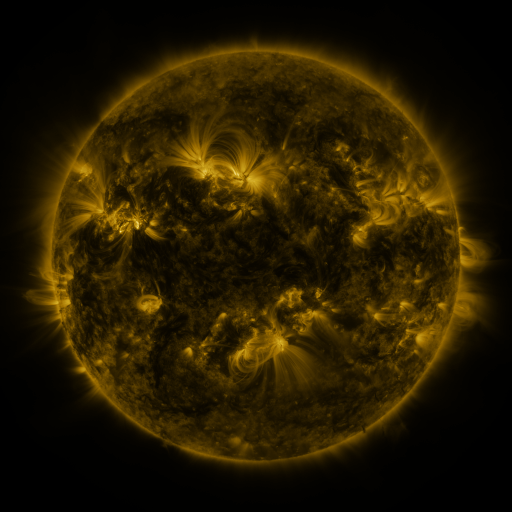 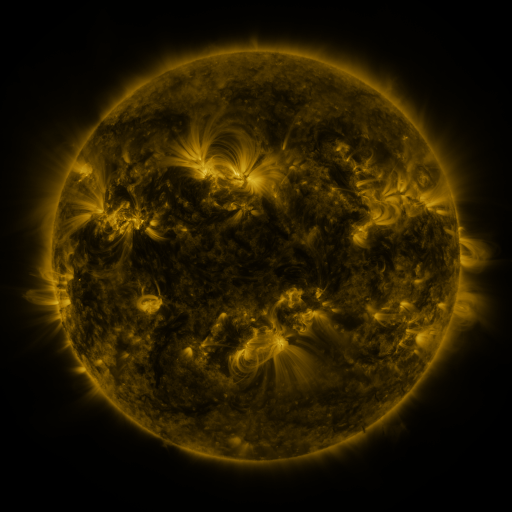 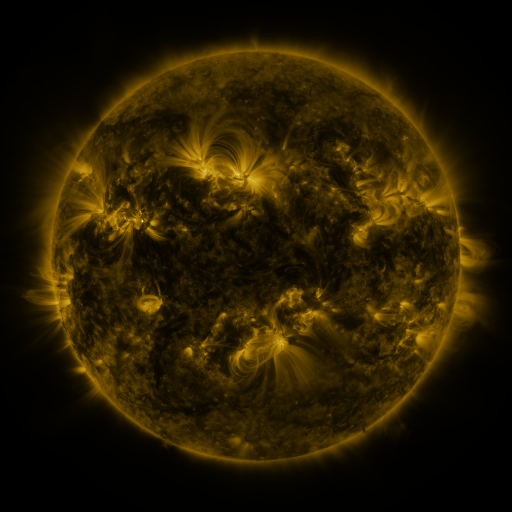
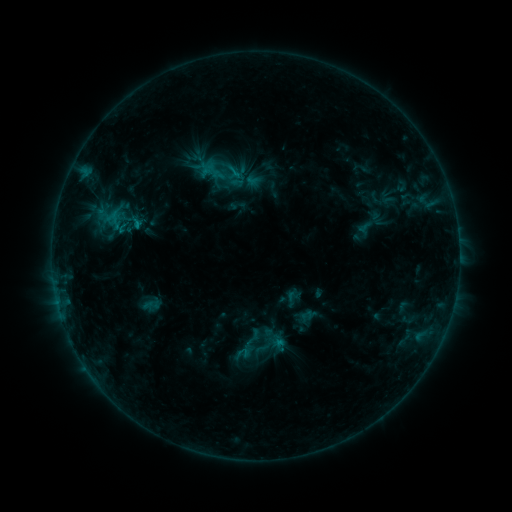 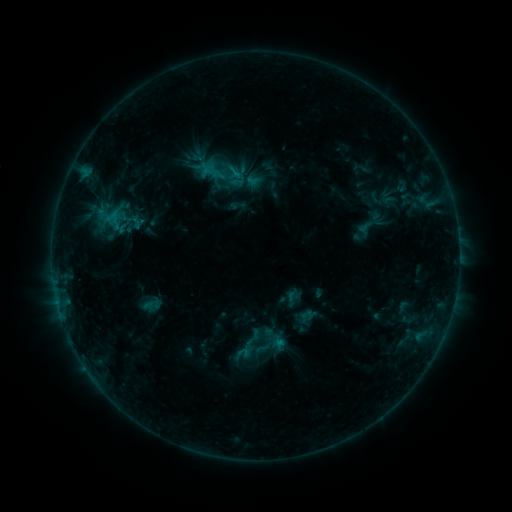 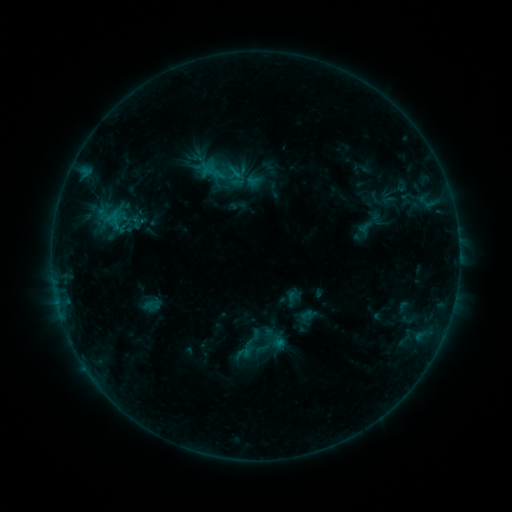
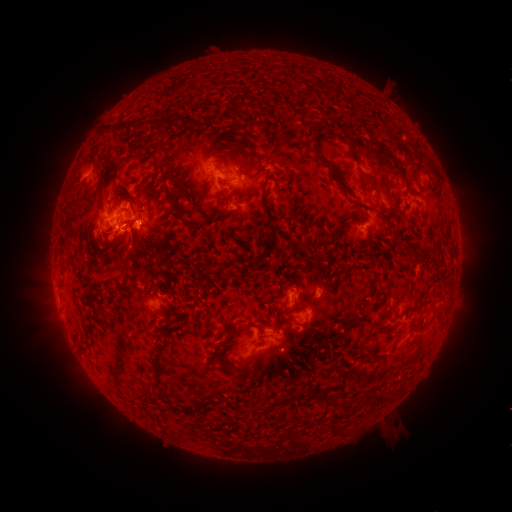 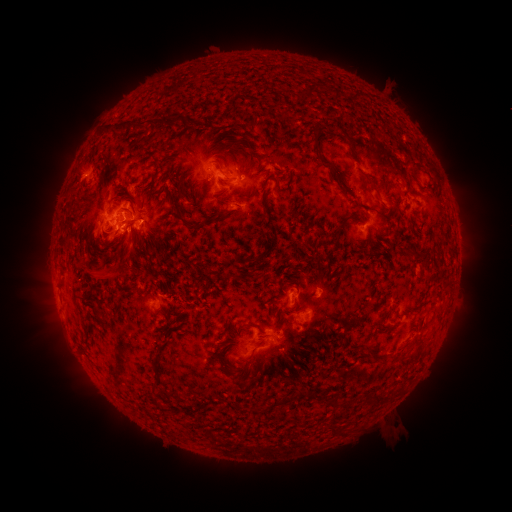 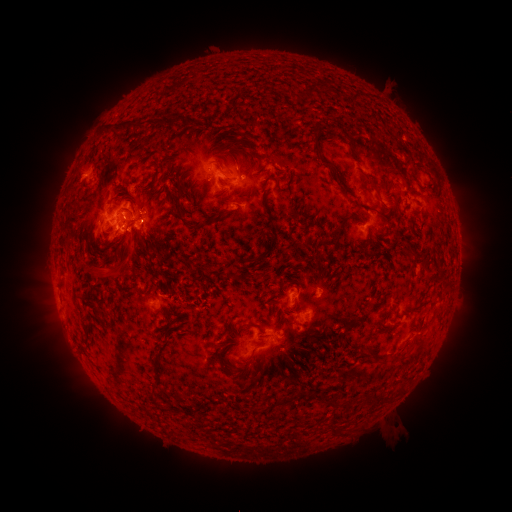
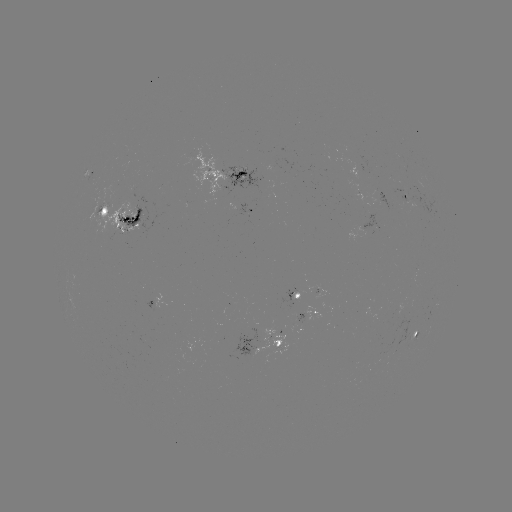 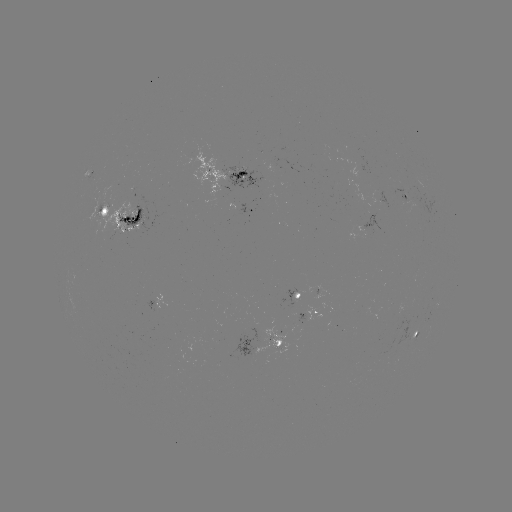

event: eruption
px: (96, 271)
